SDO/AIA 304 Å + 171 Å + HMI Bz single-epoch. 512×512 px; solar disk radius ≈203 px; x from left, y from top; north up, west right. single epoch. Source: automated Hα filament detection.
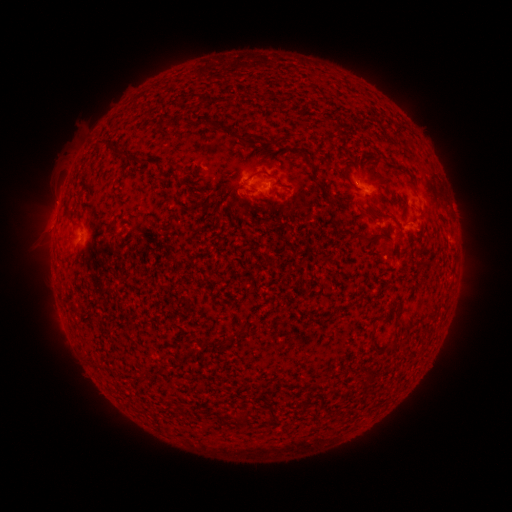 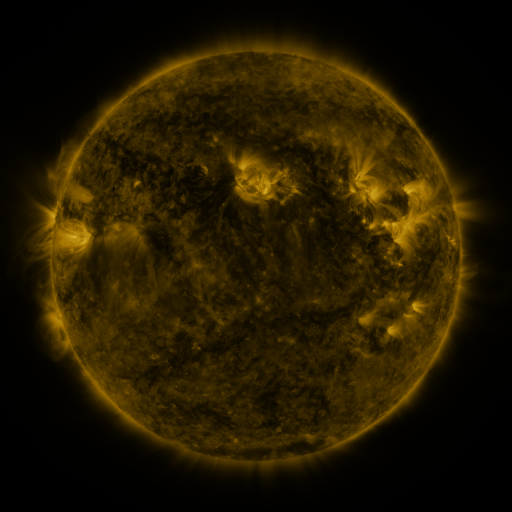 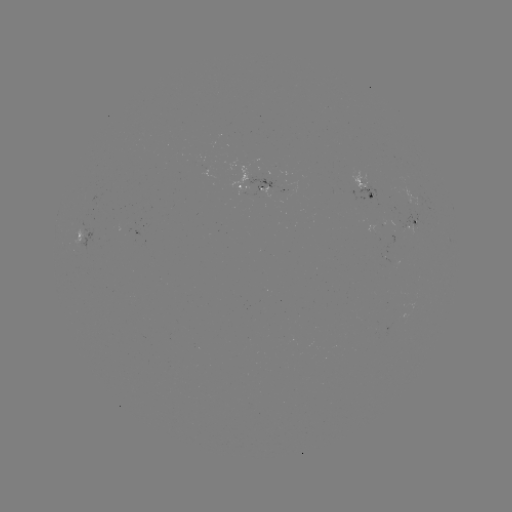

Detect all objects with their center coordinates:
filament: (192, 96)
filament: (201, 118)
filament: (227, 129)
filament: (248, 135)
filament: (126, 156)
filament: (307, 160)
filament: (284, 185)
filament: (363, 236)
filament: (76, 308)
filament: (243, 332)
filament: (272, 410)
